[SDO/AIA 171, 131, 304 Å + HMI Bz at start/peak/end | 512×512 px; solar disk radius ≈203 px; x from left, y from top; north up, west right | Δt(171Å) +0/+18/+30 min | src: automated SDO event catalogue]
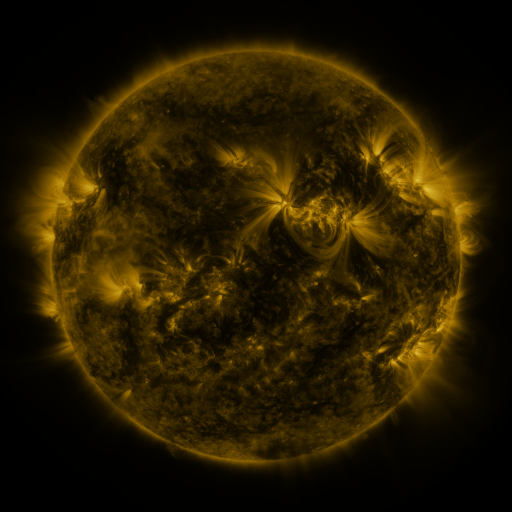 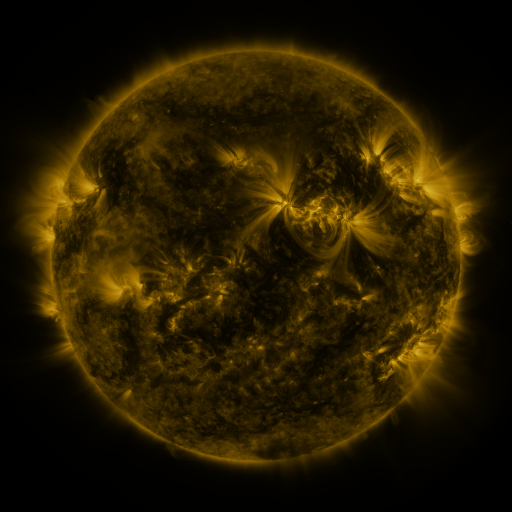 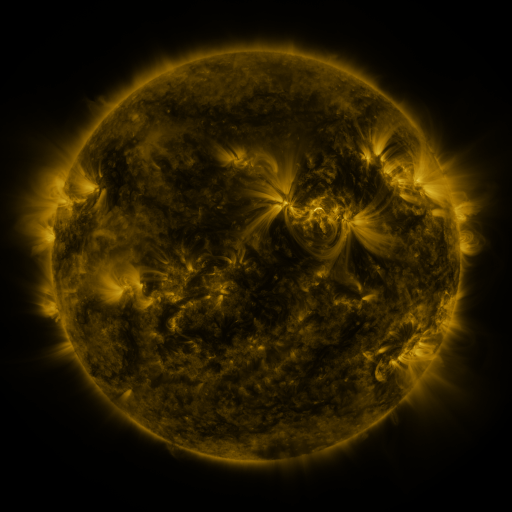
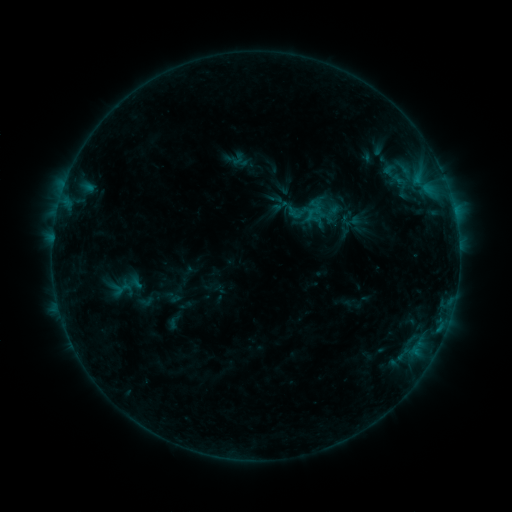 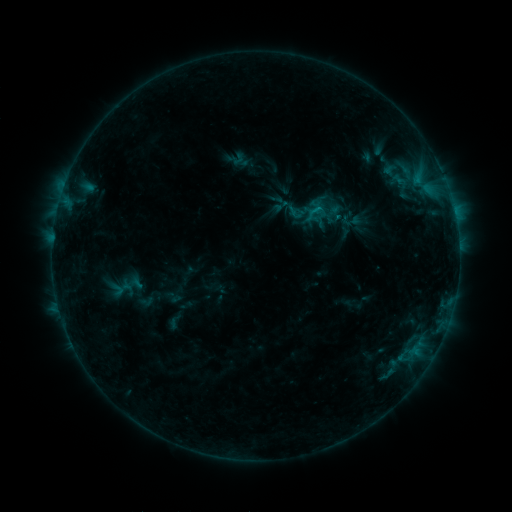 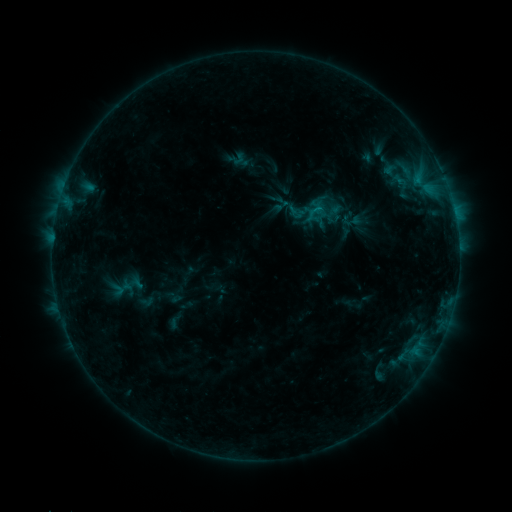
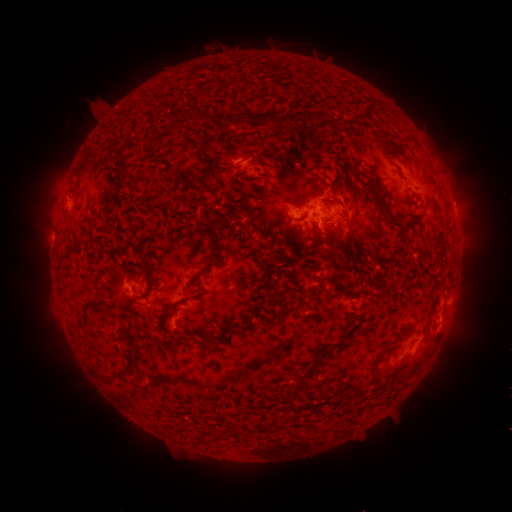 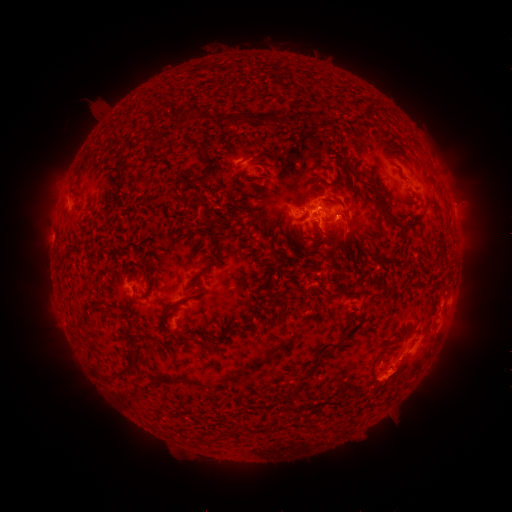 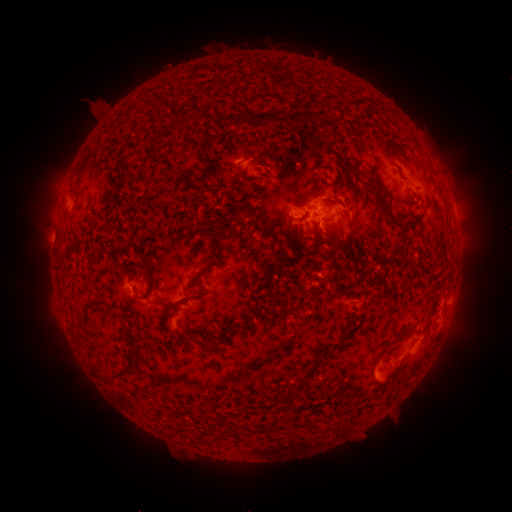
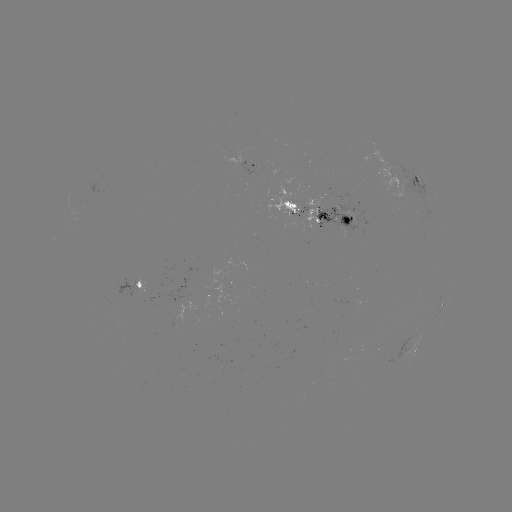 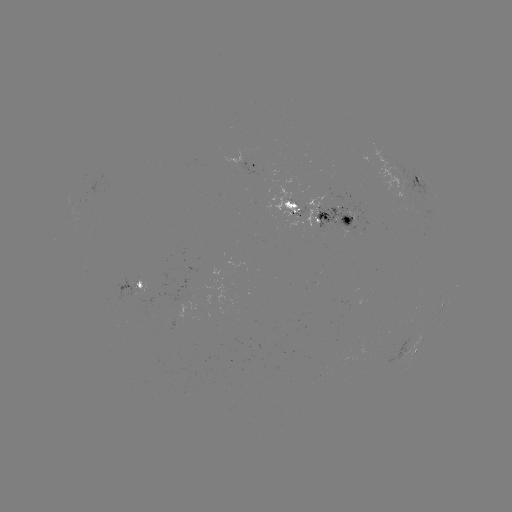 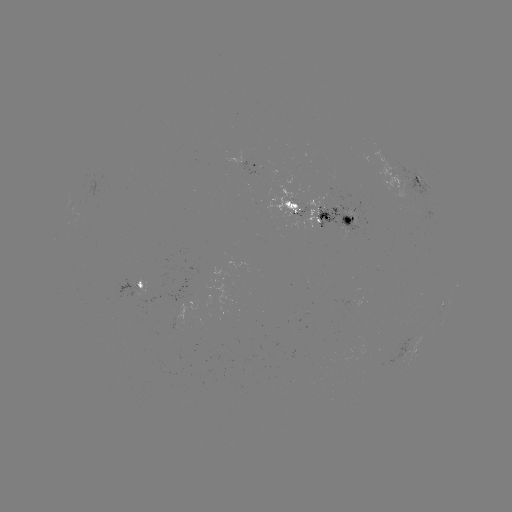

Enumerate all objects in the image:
eruption: (400, 377)
